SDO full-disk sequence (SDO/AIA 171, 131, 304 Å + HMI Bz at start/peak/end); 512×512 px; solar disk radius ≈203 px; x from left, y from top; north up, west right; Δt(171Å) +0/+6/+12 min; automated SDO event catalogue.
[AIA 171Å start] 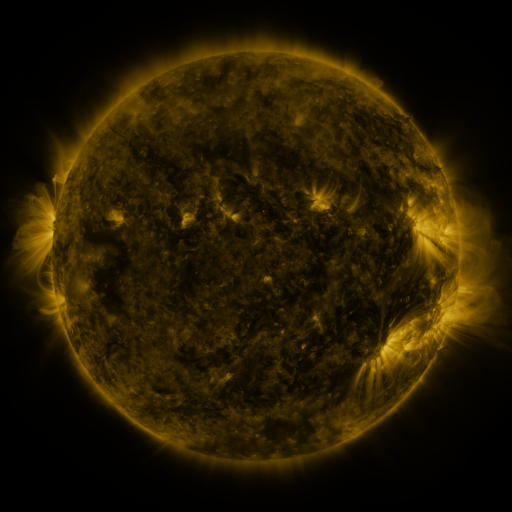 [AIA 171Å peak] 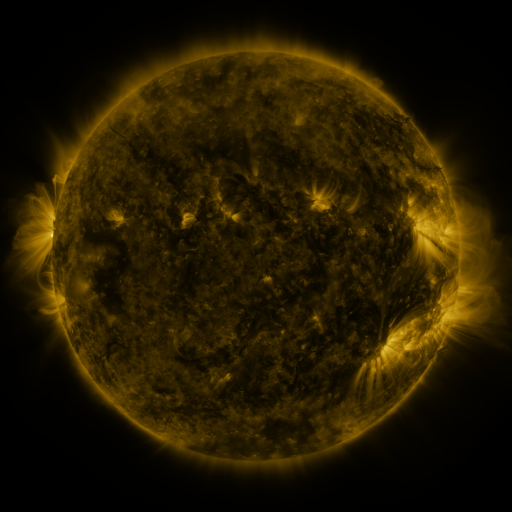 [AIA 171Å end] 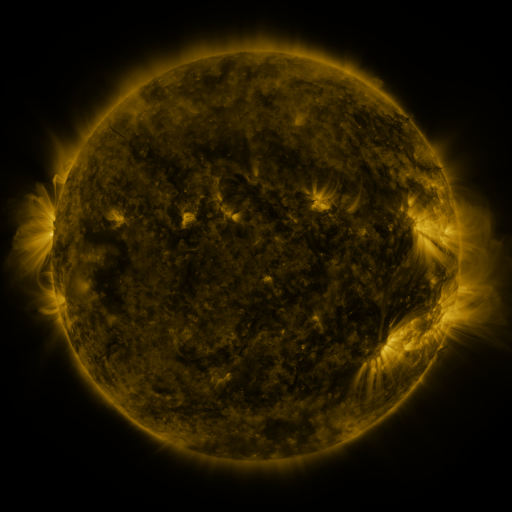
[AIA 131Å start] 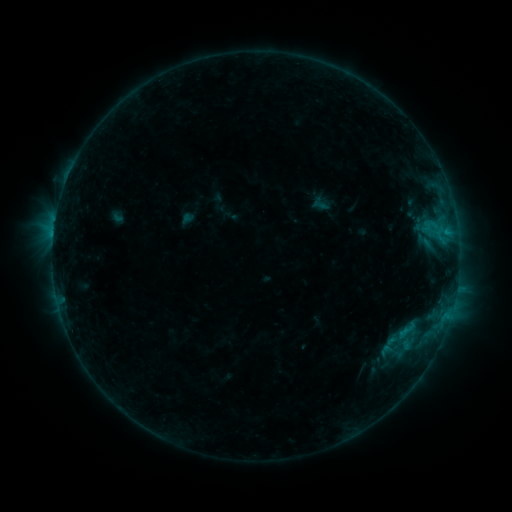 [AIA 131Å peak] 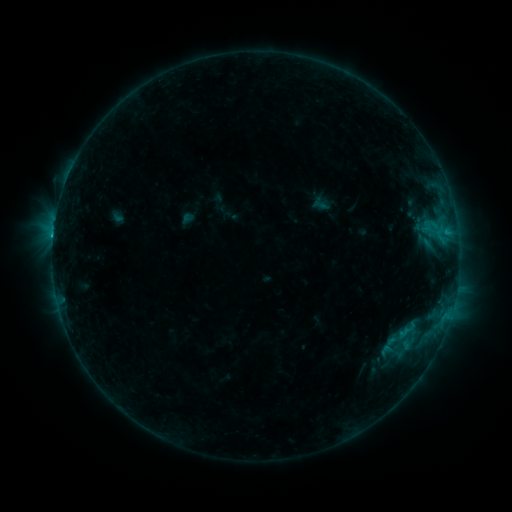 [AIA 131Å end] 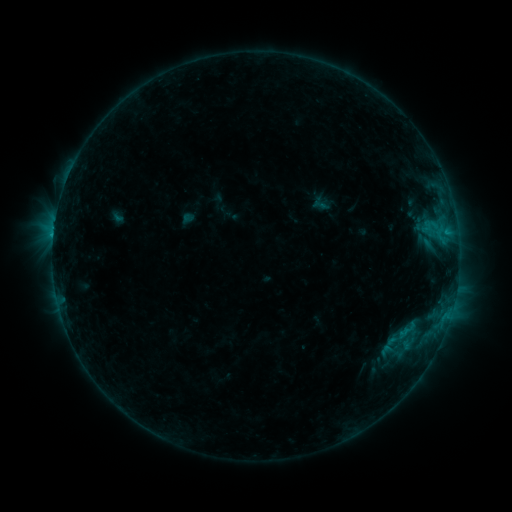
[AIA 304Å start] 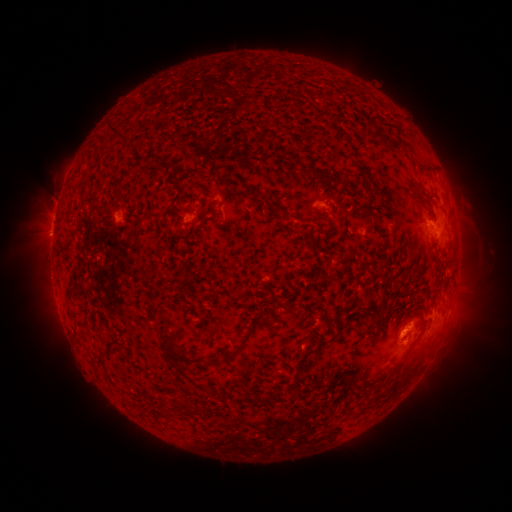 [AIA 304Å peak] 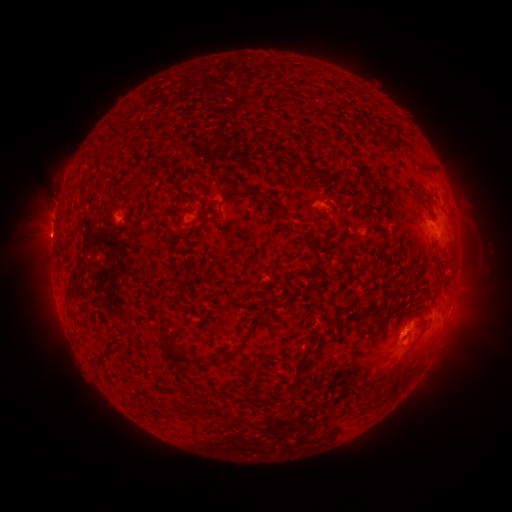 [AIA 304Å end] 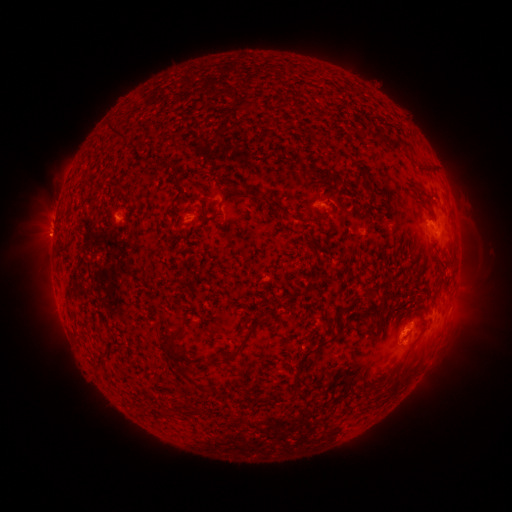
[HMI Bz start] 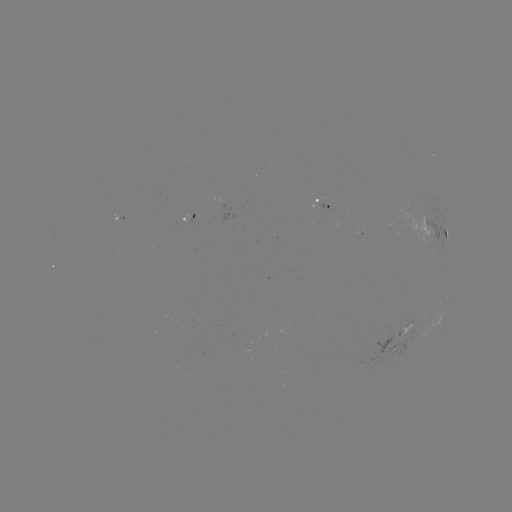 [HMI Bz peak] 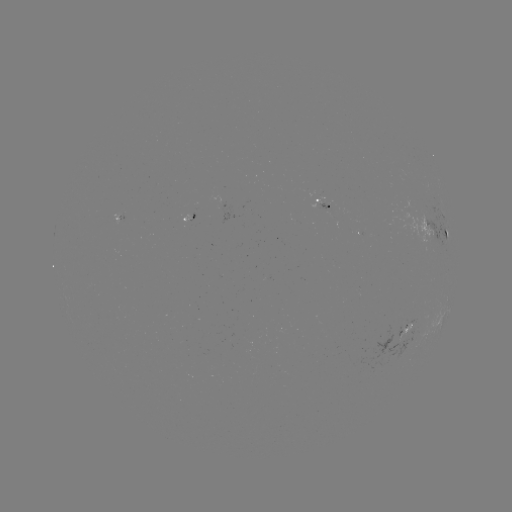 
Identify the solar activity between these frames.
C1.3 flare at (118, 218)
